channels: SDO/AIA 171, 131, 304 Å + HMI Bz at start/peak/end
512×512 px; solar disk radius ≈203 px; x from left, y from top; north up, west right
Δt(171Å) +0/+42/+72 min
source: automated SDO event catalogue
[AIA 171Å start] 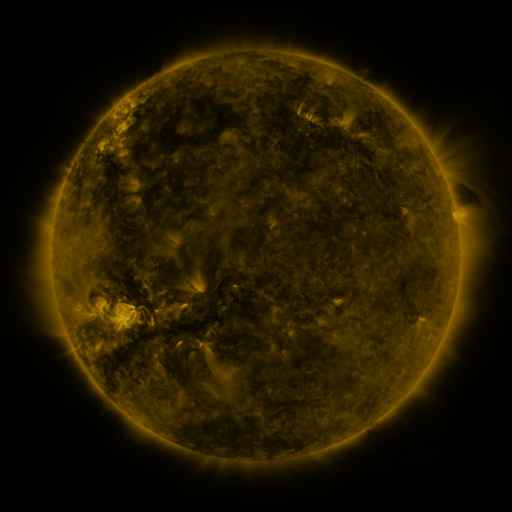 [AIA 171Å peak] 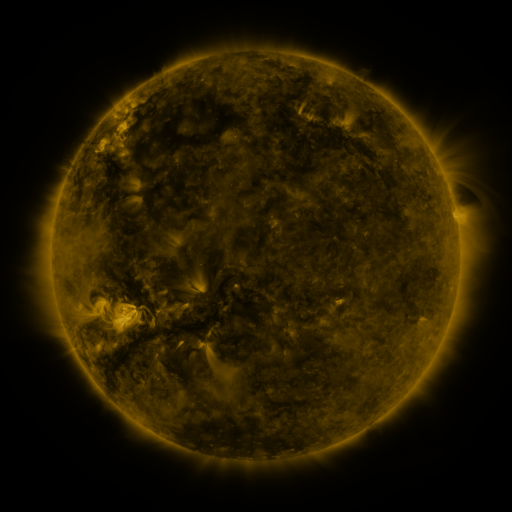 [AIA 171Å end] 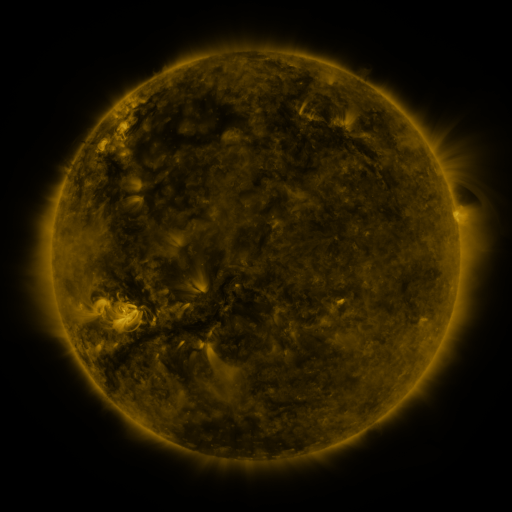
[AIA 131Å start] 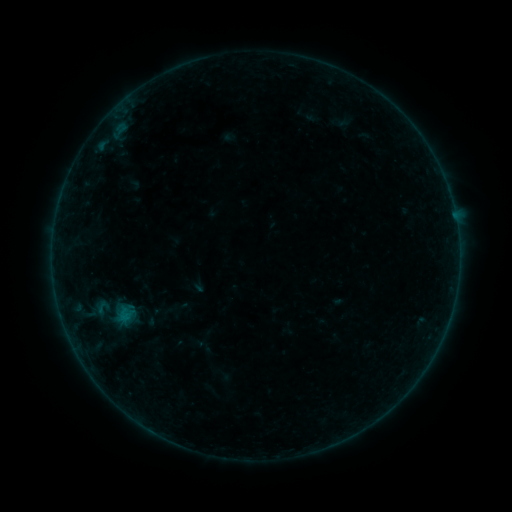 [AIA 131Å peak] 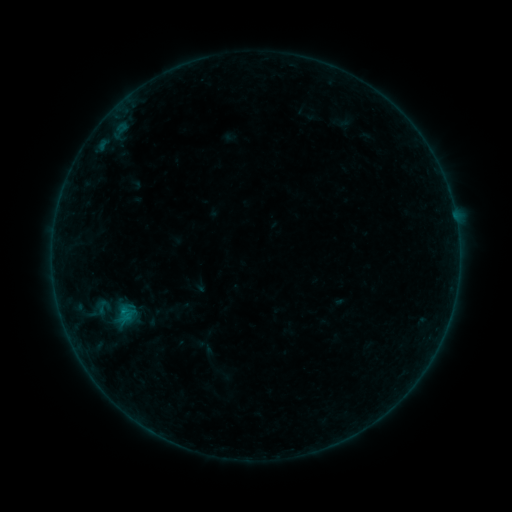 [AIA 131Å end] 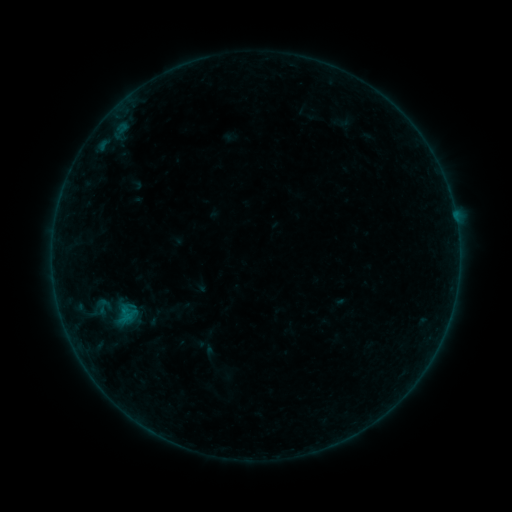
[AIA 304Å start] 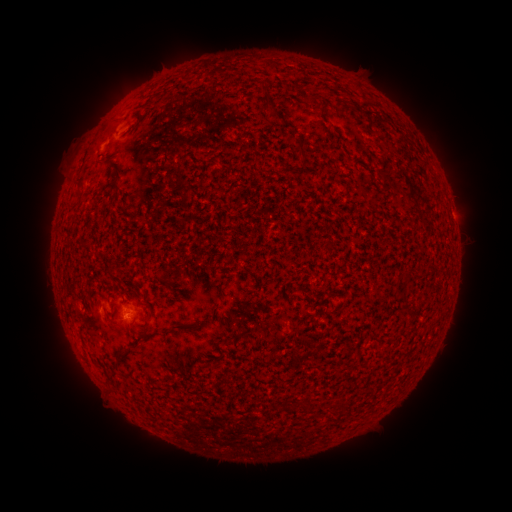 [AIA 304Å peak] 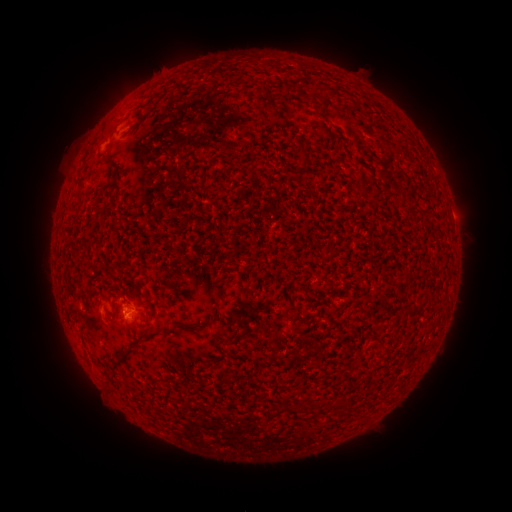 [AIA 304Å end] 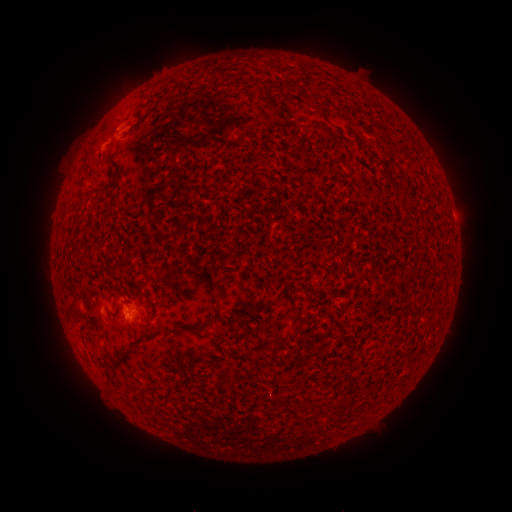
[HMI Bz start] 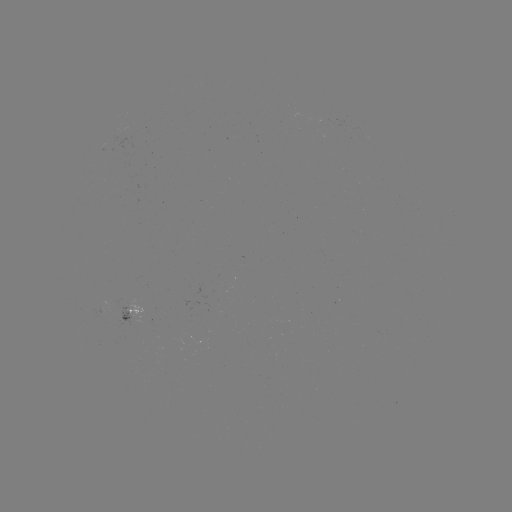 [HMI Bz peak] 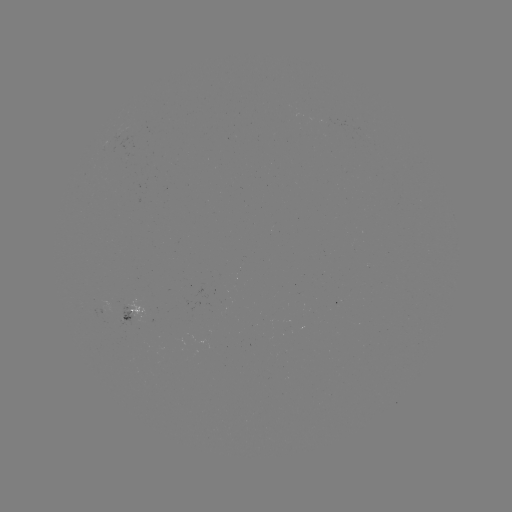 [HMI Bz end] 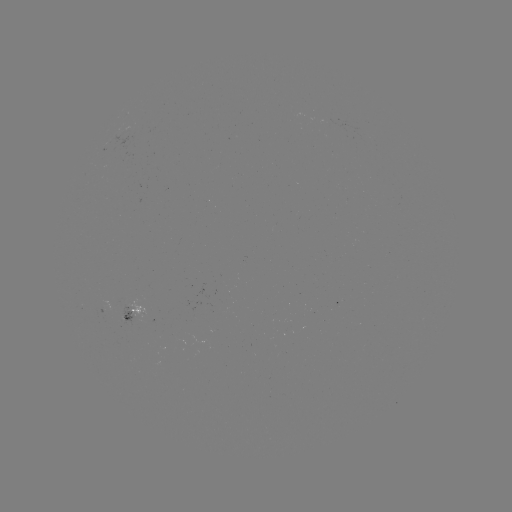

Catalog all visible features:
B2.3 flare: (103, 140)
